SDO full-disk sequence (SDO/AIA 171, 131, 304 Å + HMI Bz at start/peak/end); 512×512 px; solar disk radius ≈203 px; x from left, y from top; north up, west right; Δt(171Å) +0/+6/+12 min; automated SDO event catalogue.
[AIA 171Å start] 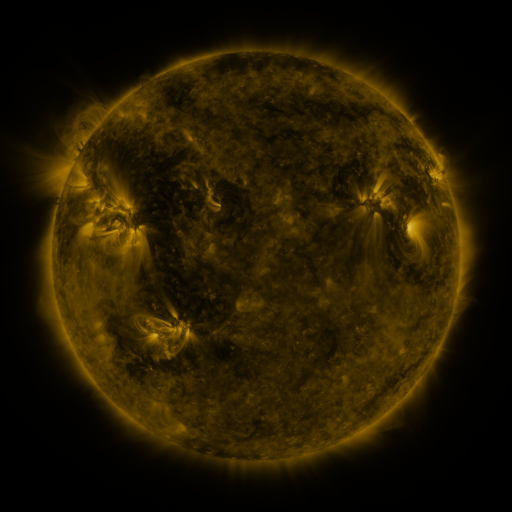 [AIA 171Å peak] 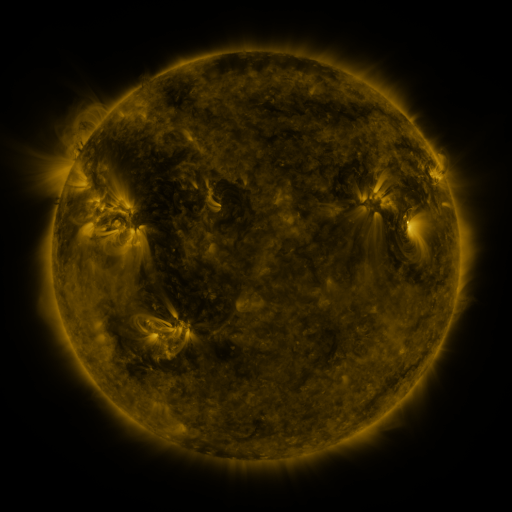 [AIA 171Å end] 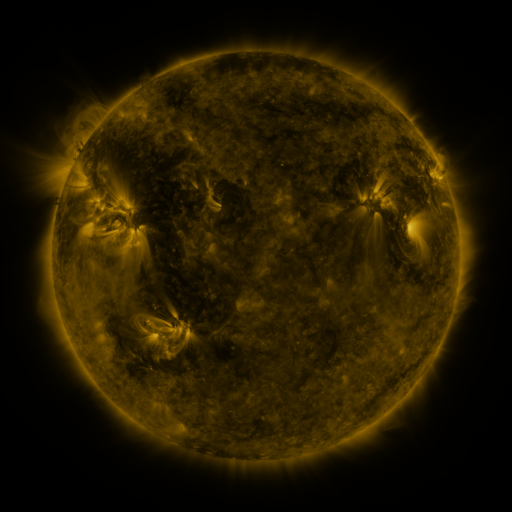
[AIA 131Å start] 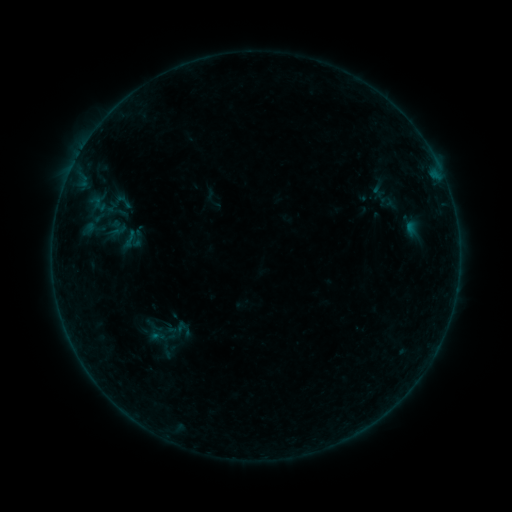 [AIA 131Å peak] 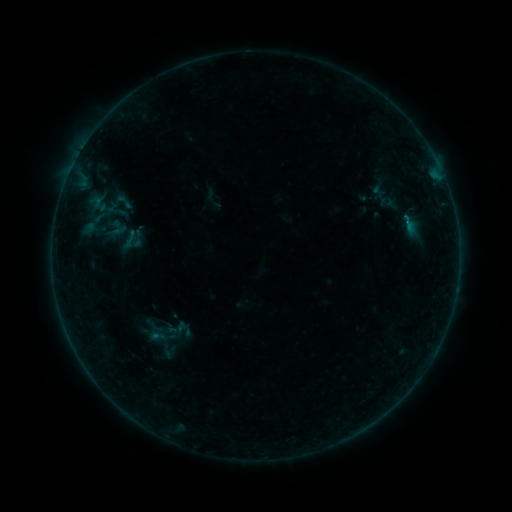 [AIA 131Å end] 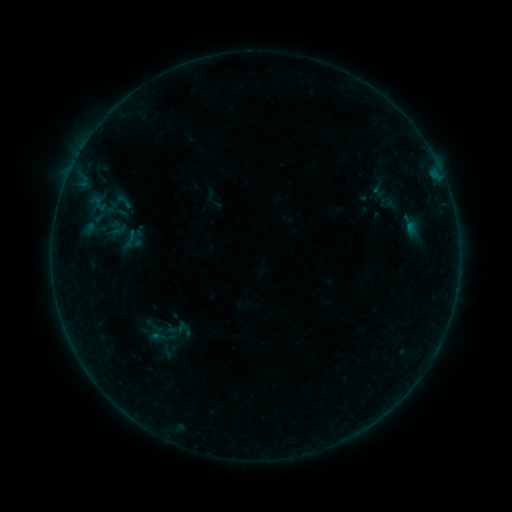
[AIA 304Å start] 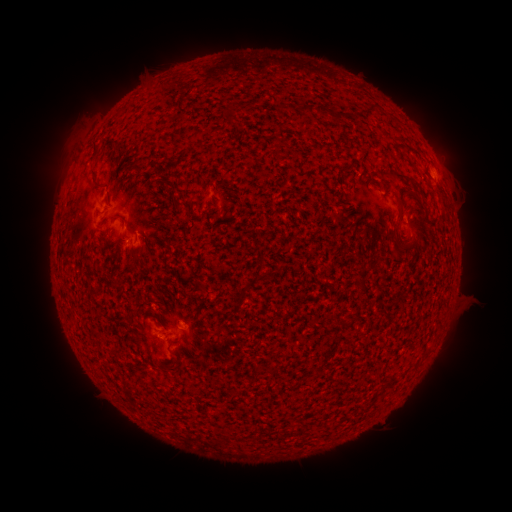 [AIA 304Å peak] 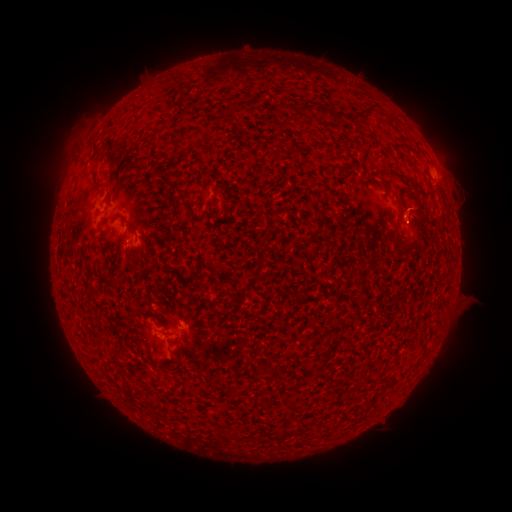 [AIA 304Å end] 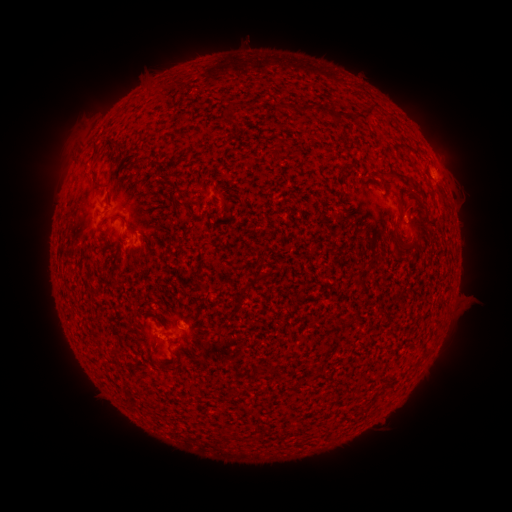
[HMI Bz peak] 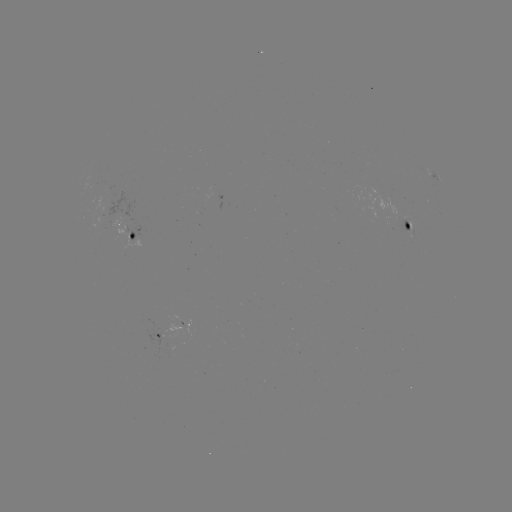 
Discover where B1.7 flare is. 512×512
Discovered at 405,224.